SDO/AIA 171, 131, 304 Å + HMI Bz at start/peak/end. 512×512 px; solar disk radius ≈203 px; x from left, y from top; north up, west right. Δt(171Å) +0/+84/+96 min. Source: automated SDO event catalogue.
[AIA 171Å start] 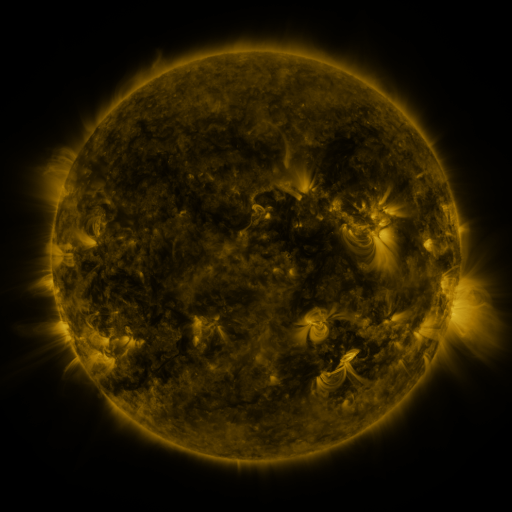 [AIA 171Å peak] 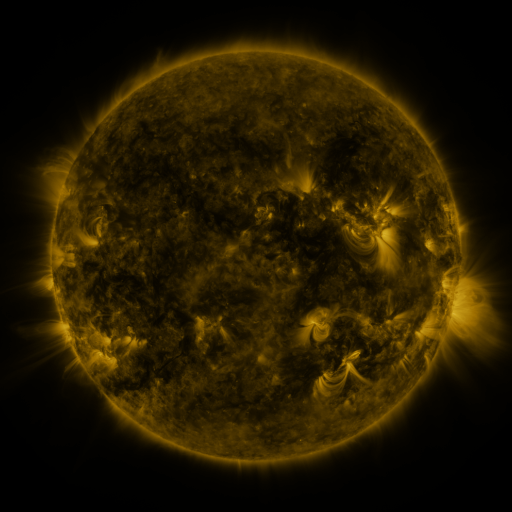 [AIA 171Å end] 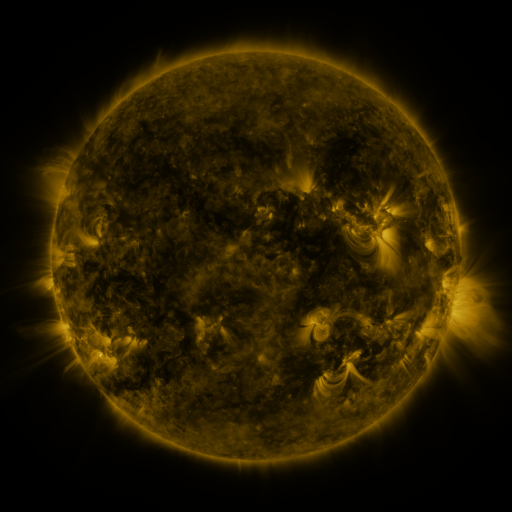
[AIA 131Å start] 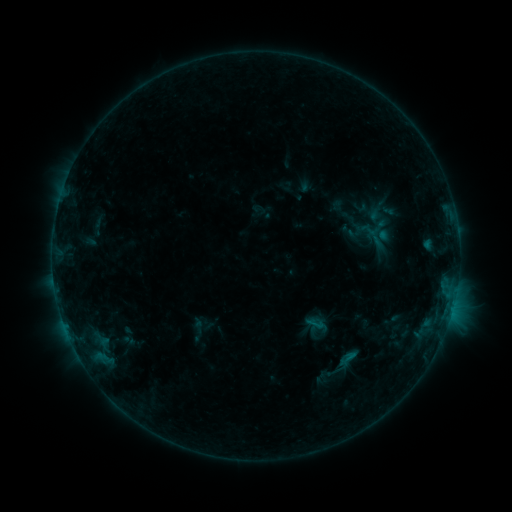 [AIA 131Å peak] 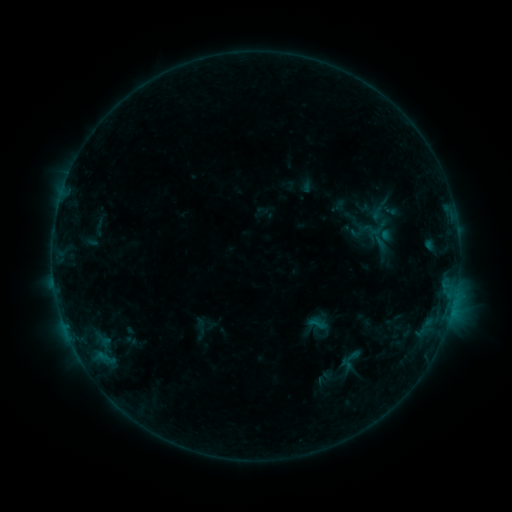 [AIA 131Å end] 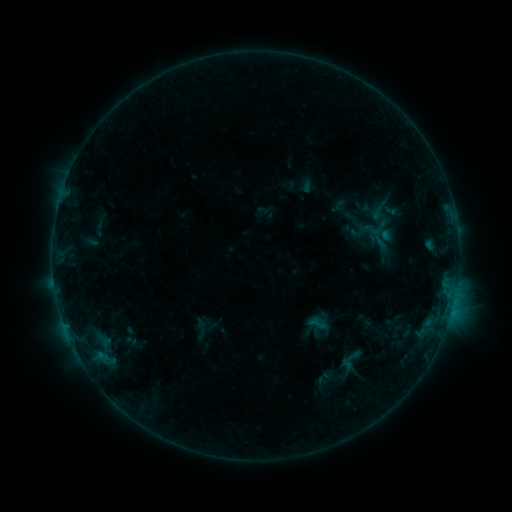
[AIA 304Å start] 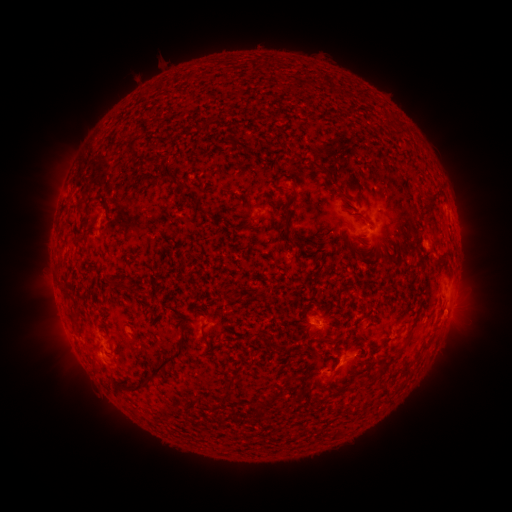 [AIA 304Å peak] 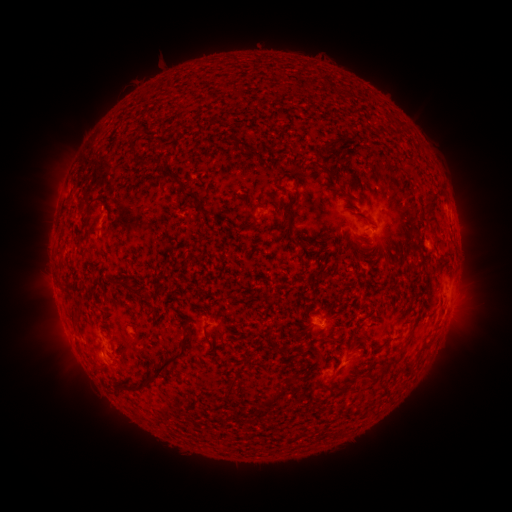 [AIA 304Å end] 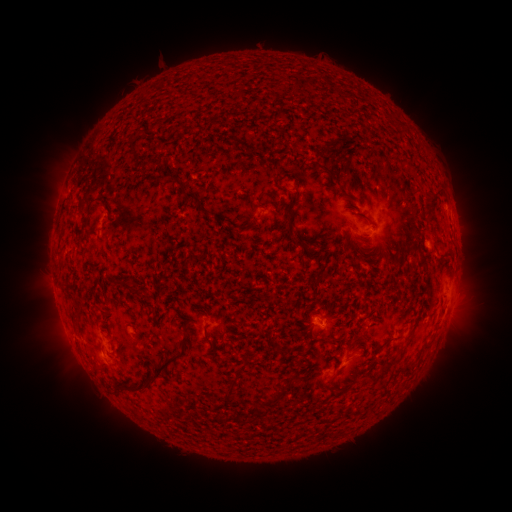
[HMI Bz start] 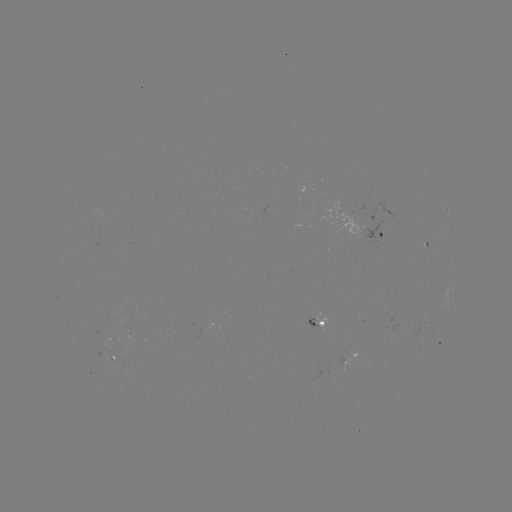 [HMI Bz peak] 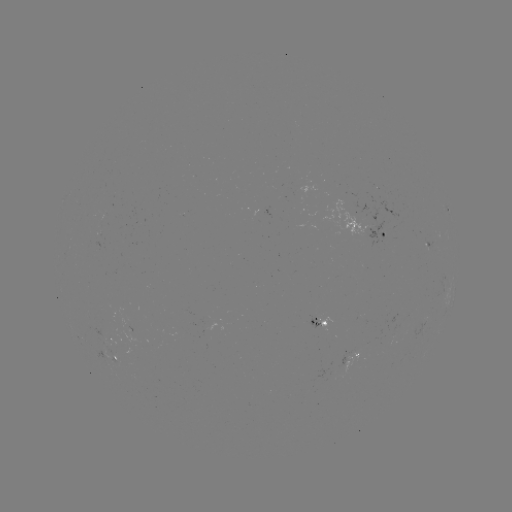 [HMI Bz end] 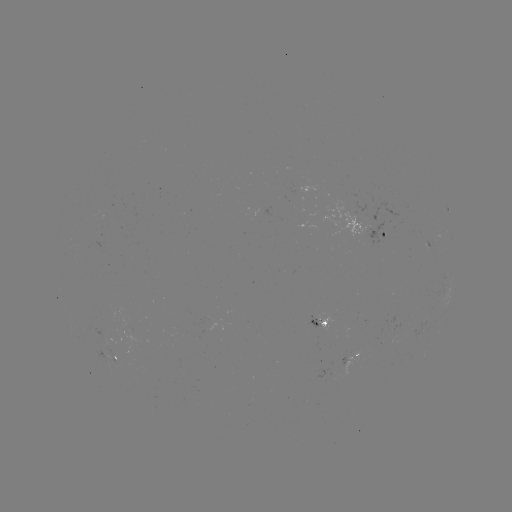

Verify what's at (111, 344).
emerging-flux region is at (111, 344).